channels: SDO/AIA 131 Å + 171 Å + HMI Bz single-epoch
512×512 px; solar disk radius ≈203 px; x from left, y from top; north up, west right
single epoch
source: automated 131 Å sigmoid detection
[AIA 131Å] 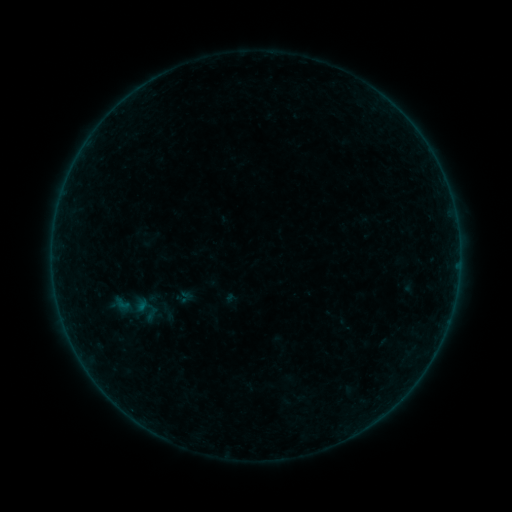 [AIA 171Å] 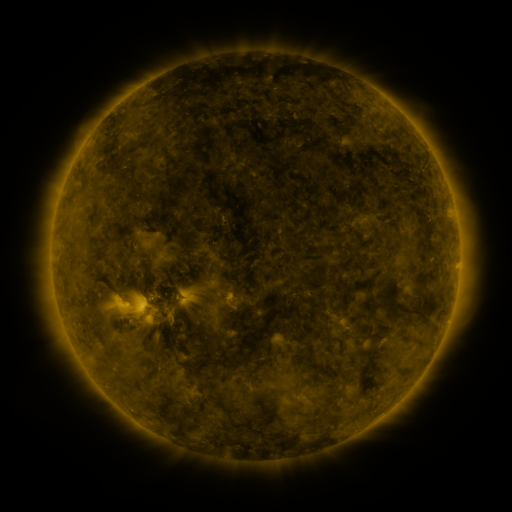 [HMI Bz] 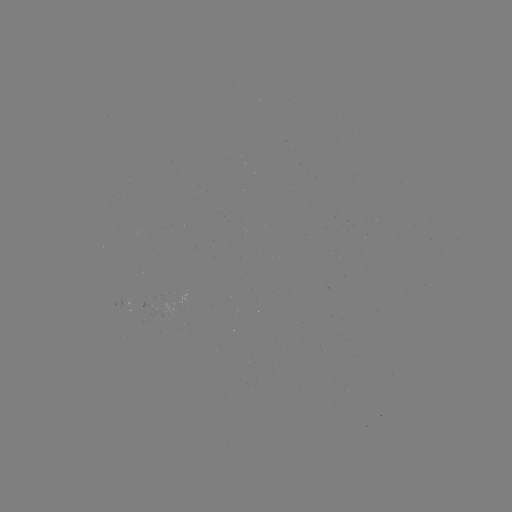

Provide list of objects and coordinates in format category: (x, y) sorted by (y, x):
sigmoid: (122, 304)
sigmoid: (135, 308)
